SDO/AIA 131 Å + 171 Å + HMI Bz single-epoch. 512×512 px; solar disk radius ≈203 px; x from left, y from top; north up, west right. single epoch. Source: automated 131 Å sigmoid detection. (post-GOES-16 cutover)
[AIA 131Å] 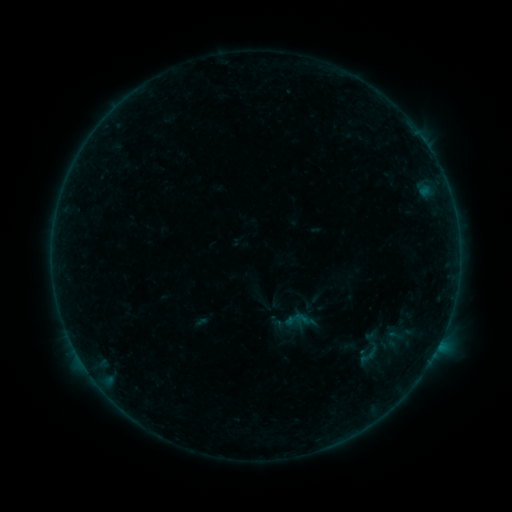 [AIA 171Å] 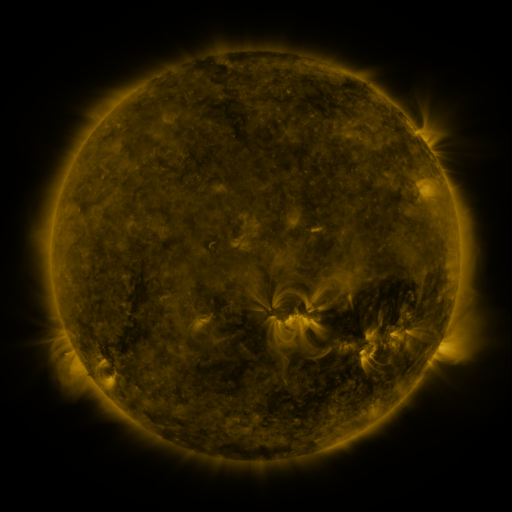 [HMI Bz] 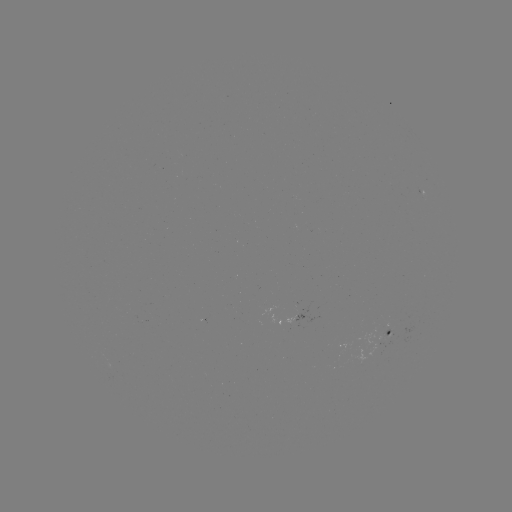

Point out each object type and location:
sigmoid: (296, 319)
sigmoid: (369, 354)
